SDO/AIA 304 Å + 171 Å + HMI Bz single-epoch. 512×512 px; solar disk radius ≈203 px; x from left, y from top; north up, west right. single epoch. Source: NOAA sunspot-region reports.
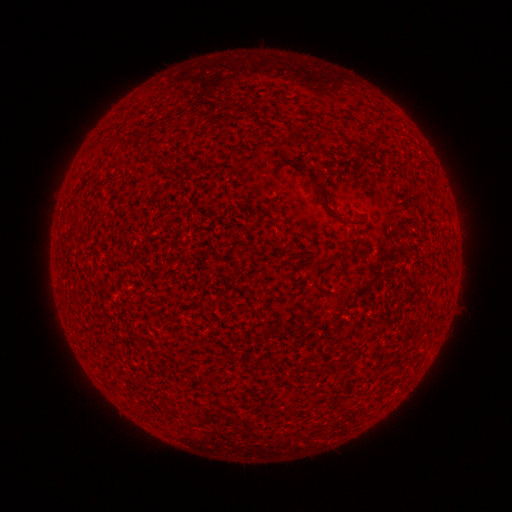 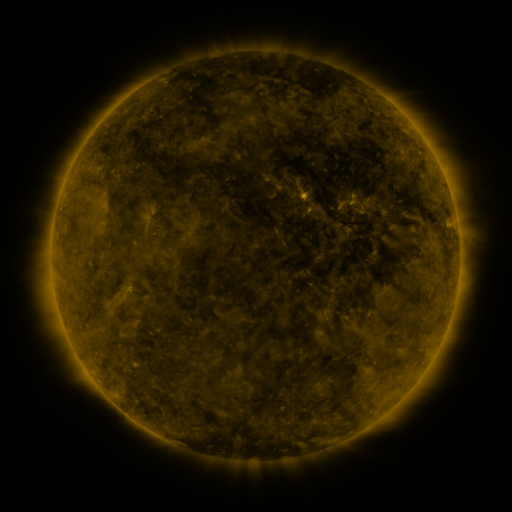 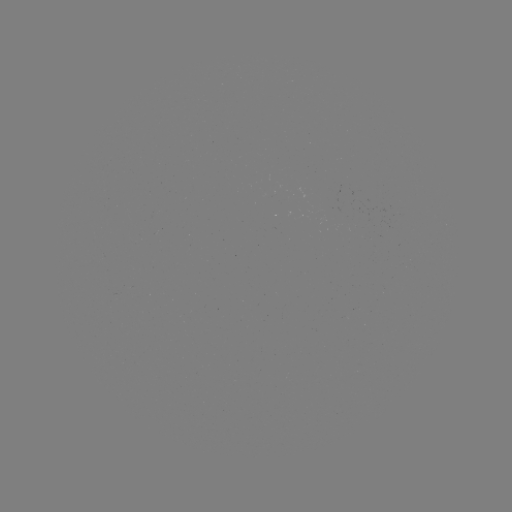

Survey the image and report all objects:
(none)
